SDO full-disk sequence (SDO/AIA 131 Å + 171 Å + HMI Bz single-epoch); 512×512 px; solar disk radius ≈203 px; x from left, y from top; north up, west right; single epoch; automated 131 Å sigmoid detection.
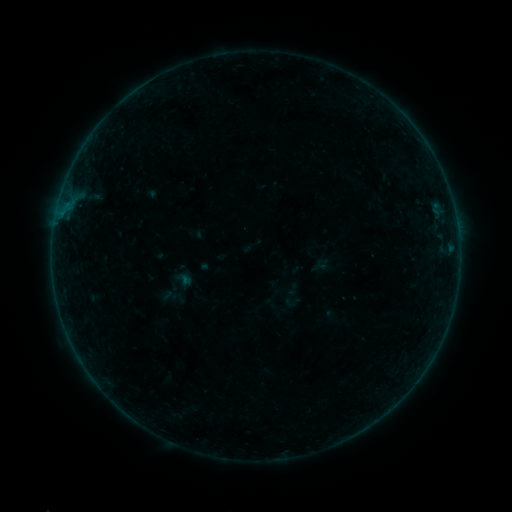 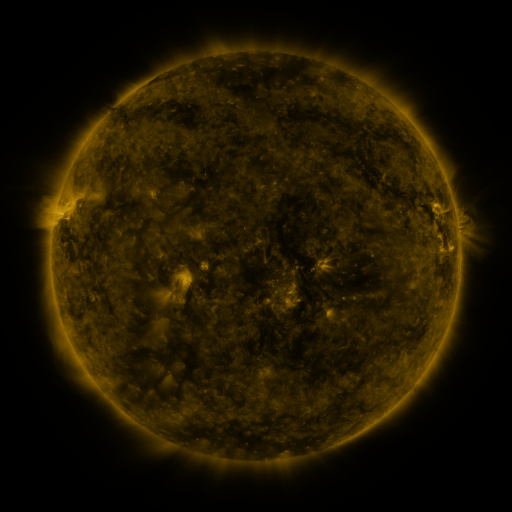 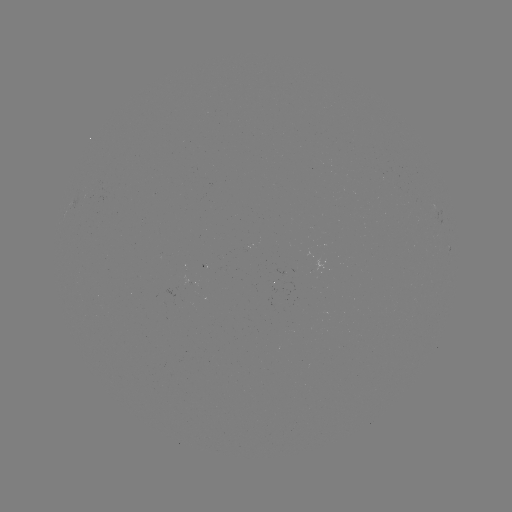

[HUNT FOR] sigmoid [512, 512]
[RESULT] [293, 289]